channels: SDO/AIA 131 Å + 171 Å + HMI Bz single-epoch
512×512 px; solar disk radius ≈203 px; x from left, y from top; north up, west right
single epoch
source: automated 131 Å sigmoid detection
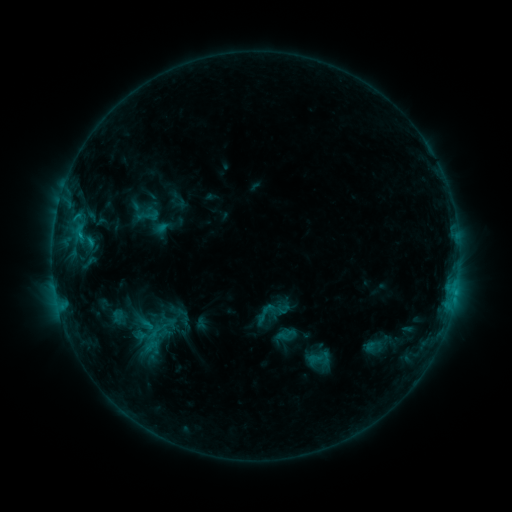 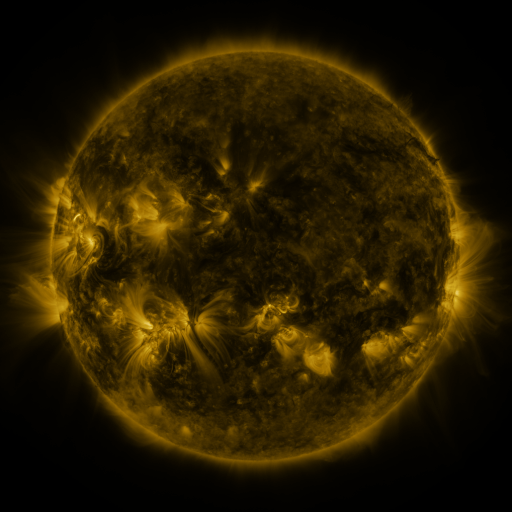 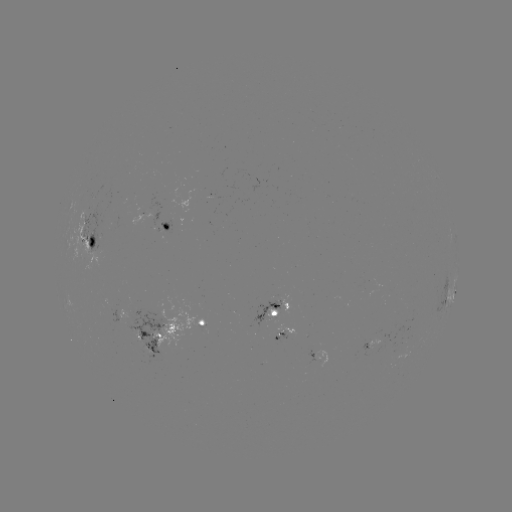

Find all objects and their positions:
sigmoid: (265, 313)
